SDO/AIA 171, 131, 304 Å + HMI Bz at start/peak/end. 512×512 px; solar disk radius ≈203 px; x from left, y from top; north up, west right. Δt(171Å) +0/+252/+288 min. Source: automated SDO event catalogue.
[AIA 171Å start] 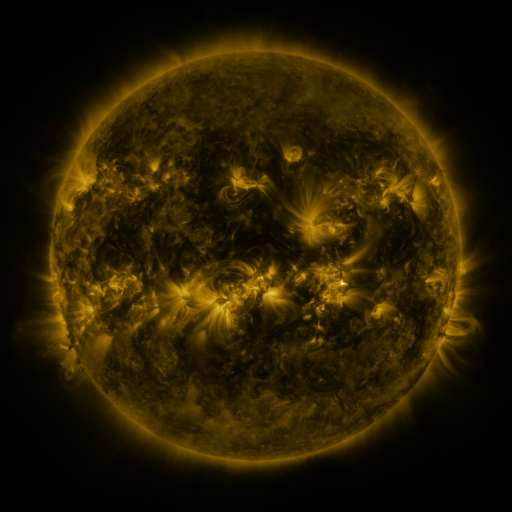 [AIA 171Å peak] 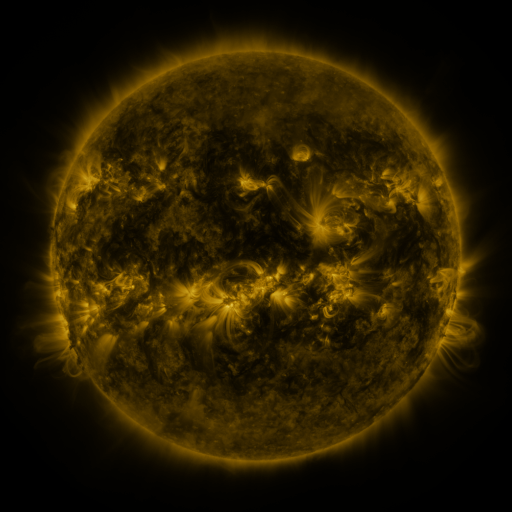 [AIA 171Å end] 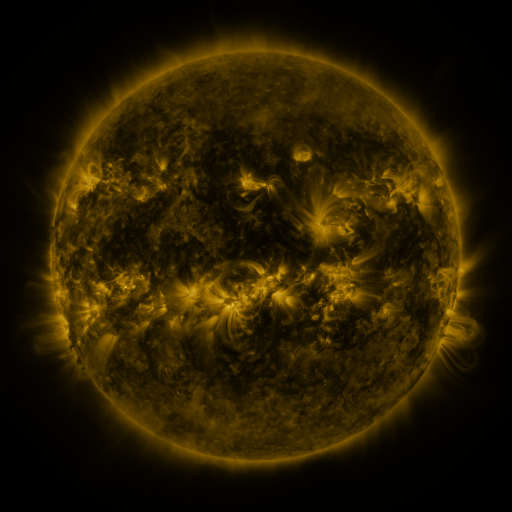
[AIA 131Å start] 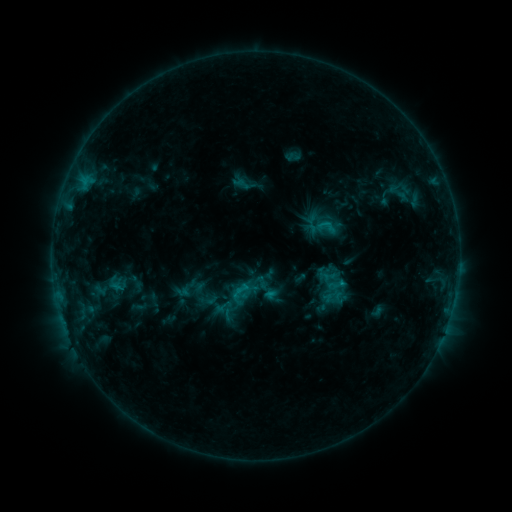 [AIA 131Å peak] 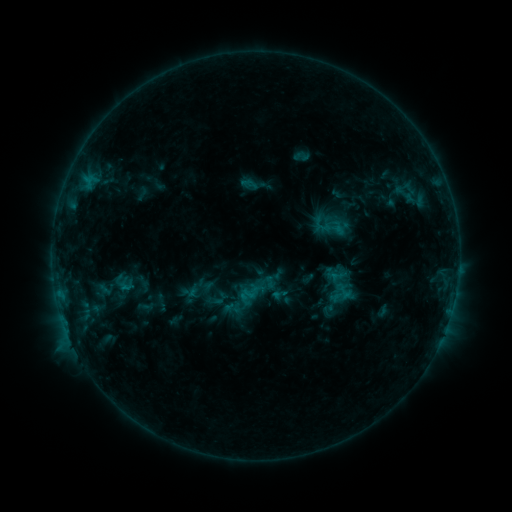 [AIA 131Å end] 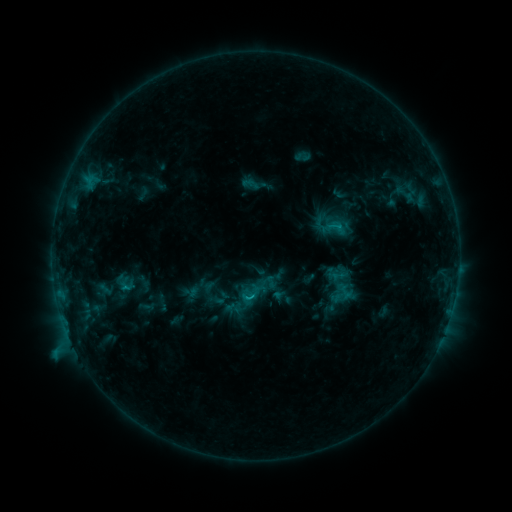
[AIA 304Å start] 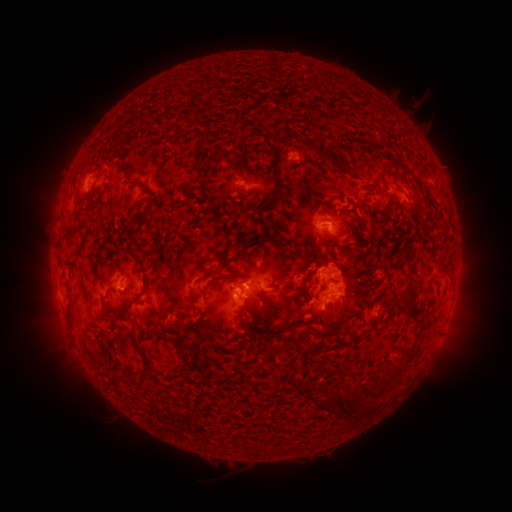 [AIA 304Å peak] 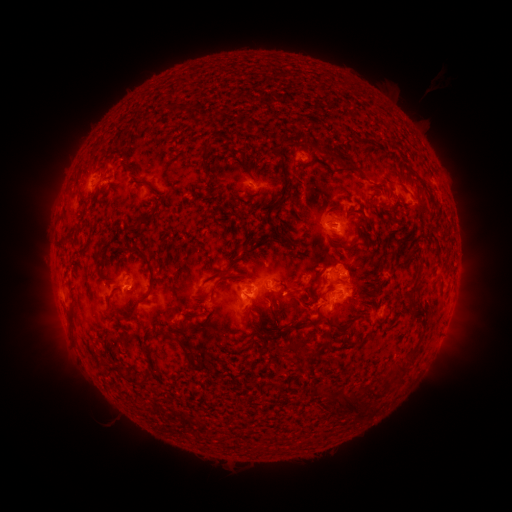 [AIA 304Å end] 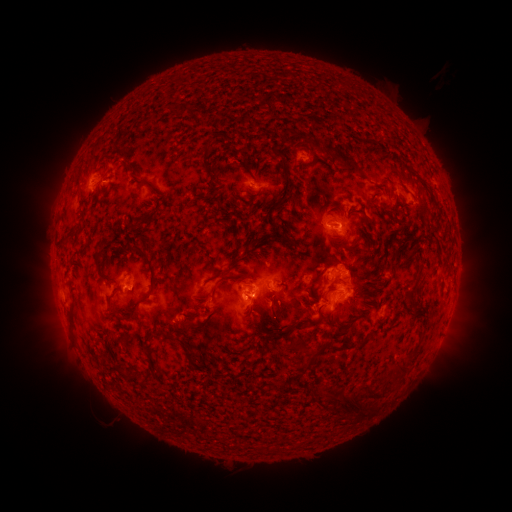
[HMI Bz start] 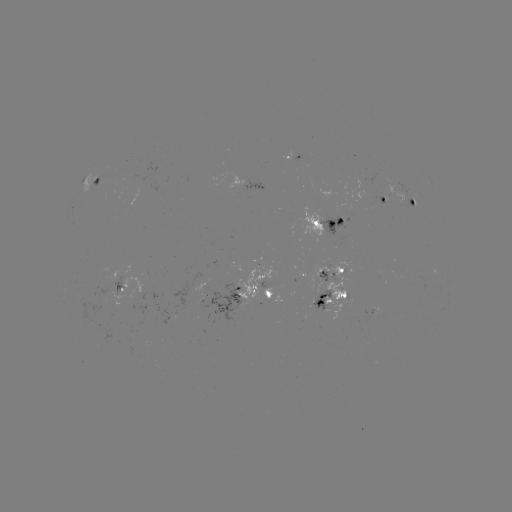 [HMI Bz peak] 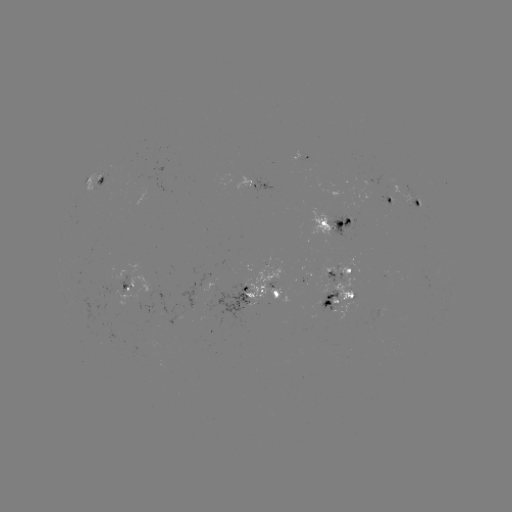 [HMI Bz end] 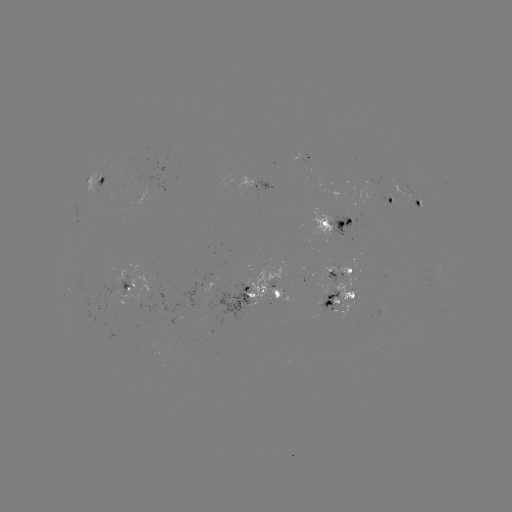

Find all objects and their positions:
emerging-flux region: (344, 218)
